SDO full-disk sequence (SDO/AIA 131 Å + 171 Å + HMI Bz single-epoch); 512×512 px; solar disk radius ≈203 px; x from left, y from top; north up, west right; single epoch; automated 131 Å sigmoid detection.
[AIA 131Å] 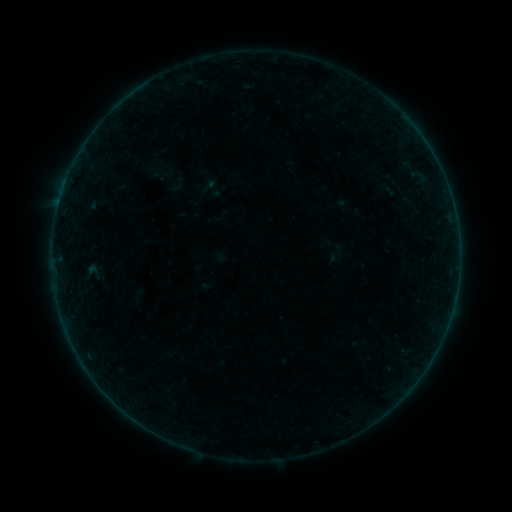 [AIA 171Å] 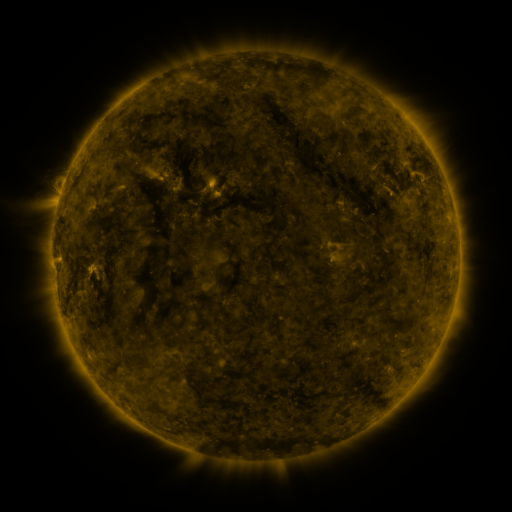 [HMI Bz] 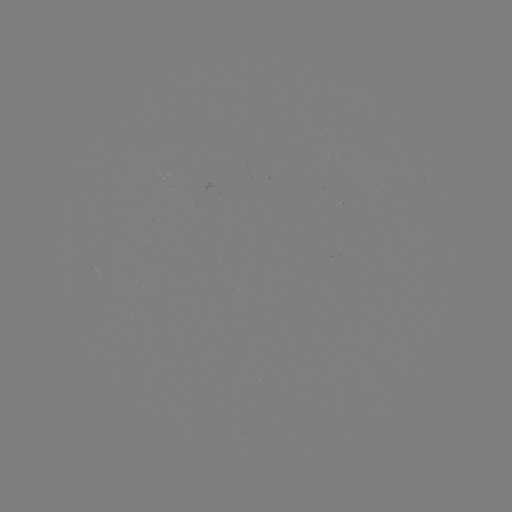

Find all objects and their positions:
sigmoid: (335, 253)
sigmoid: (93, 271)
